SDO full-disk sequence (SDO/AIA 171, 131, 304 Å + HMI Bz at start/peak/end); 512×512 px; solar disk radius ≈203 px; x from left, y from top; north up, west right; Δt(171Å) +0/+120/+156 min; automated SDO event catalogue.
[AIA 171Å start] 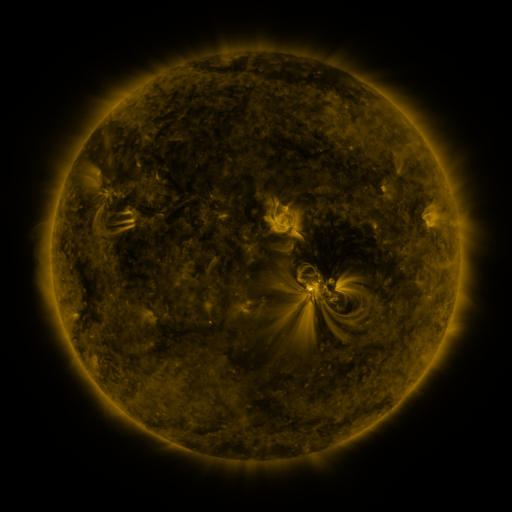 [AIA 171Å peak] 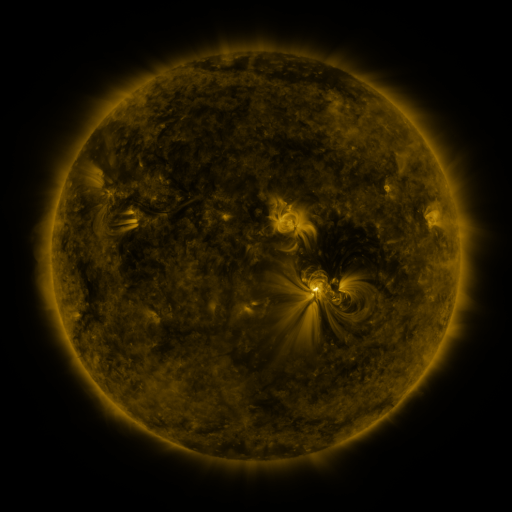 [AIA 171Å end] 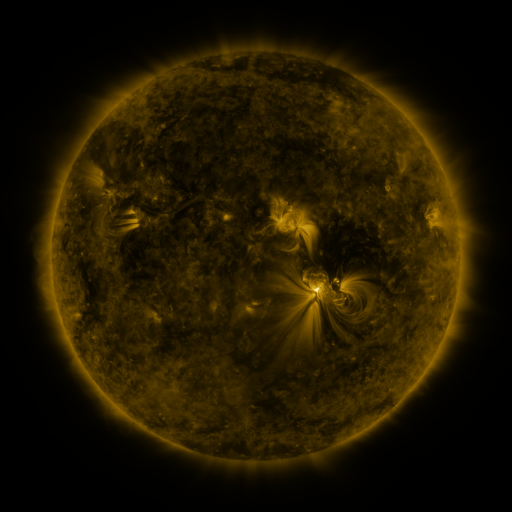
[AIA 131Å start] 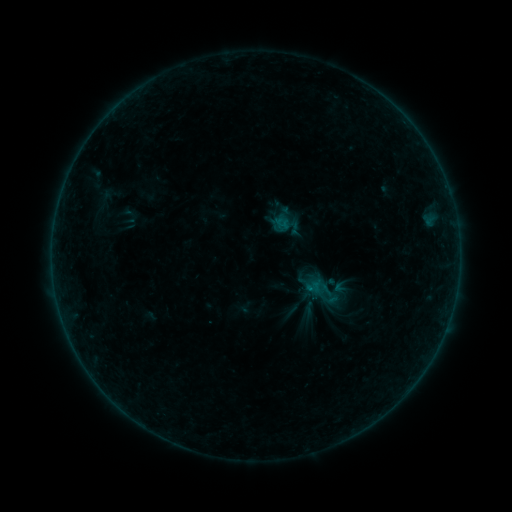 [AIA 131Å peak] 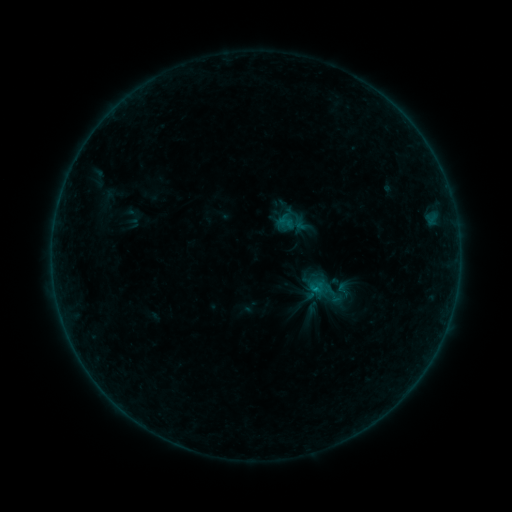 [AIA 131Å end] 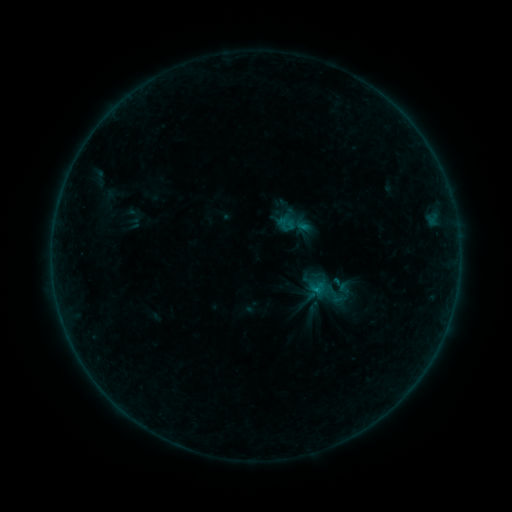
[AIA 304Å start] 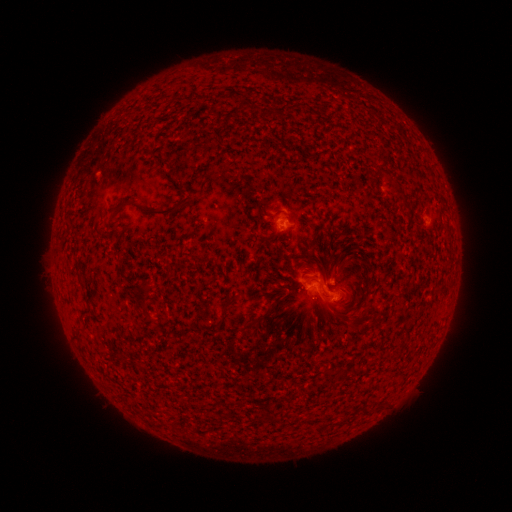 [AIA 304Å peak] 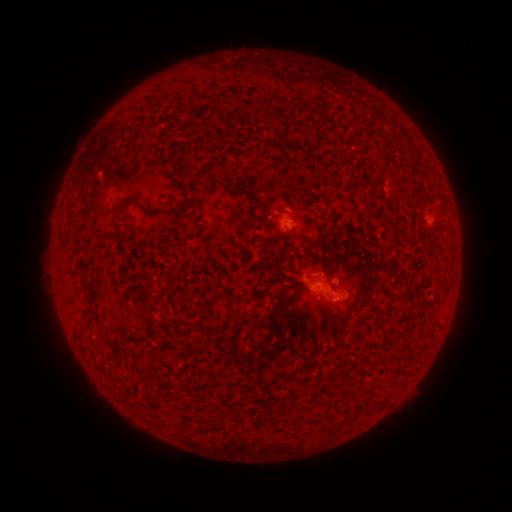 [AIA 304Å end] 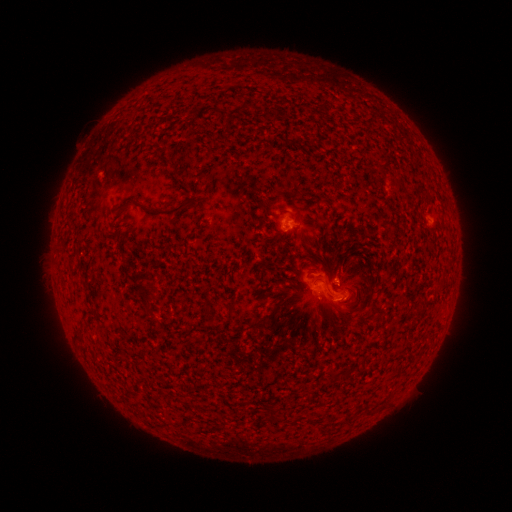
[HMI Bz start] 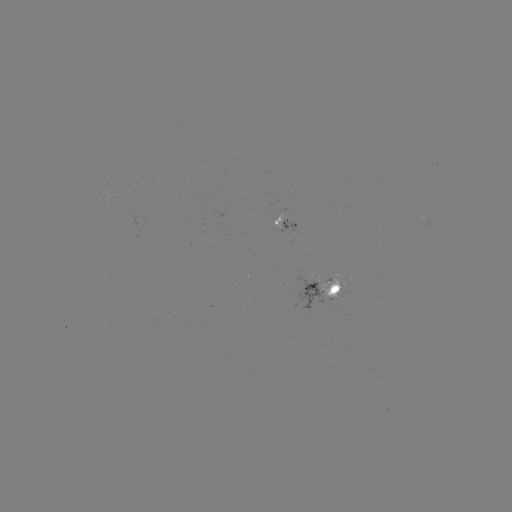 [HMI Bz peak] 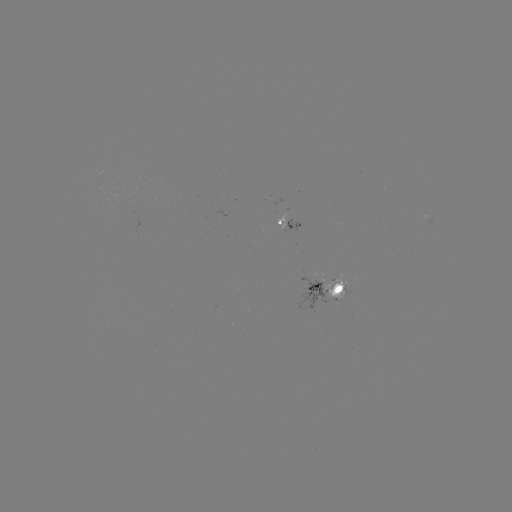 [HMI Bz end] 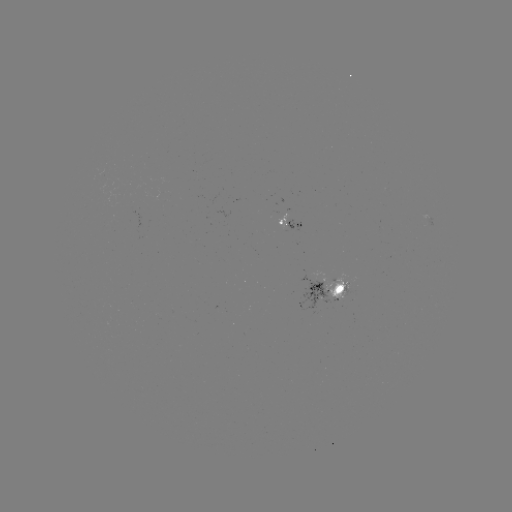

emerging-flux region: (310, 271, 346, 302)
